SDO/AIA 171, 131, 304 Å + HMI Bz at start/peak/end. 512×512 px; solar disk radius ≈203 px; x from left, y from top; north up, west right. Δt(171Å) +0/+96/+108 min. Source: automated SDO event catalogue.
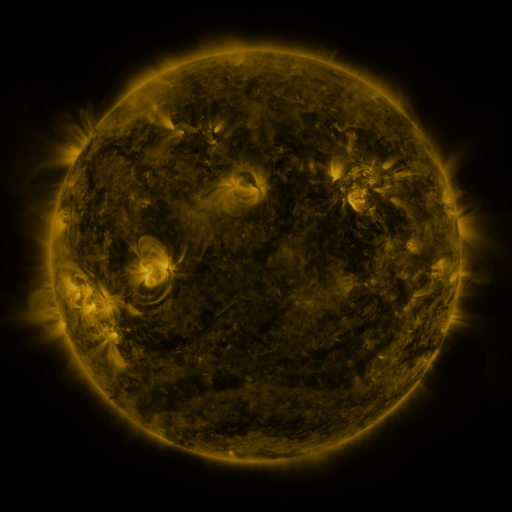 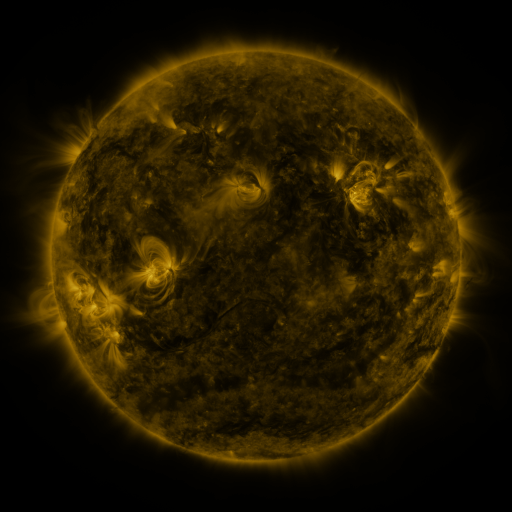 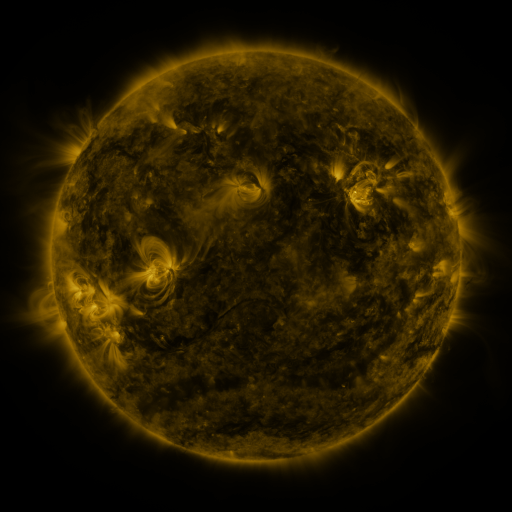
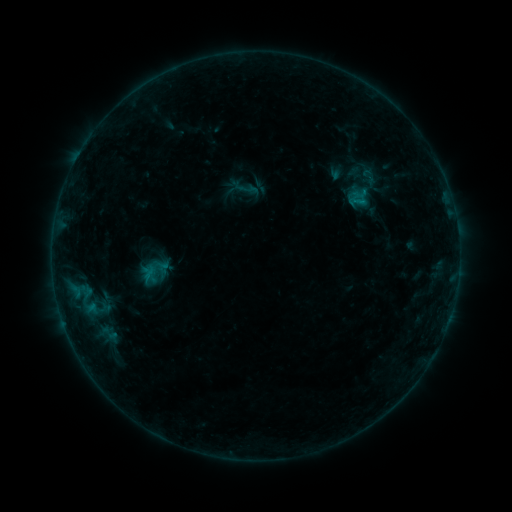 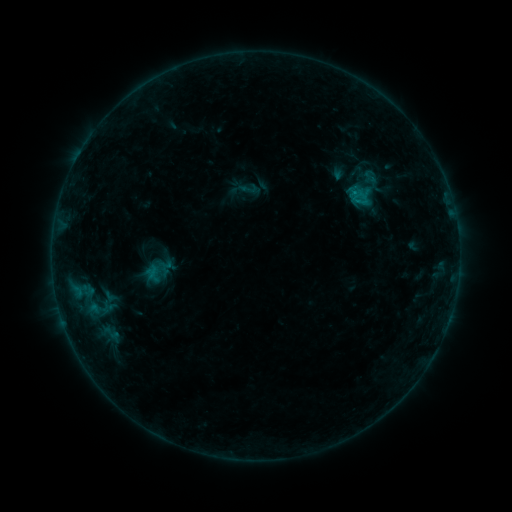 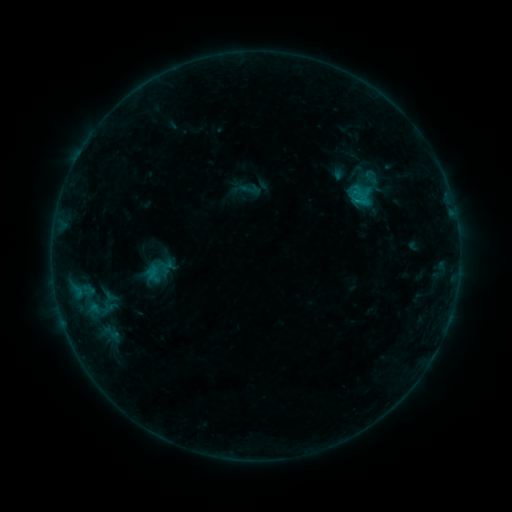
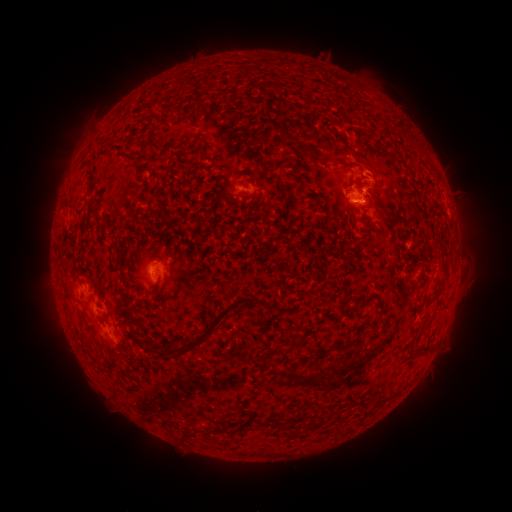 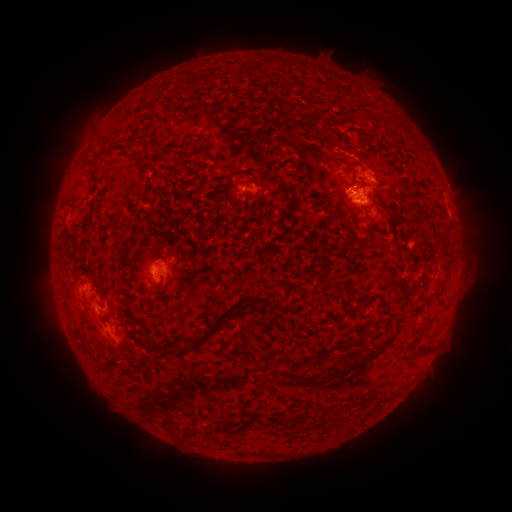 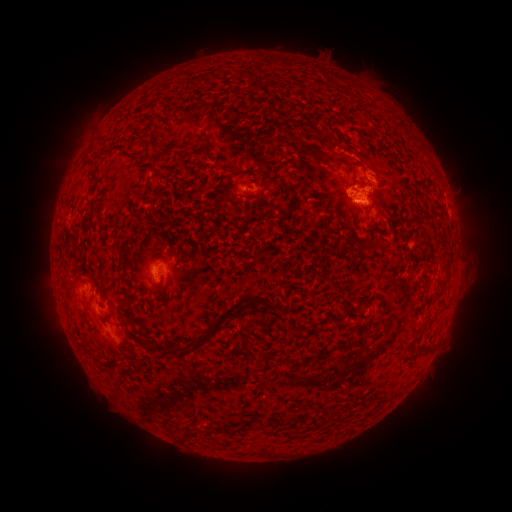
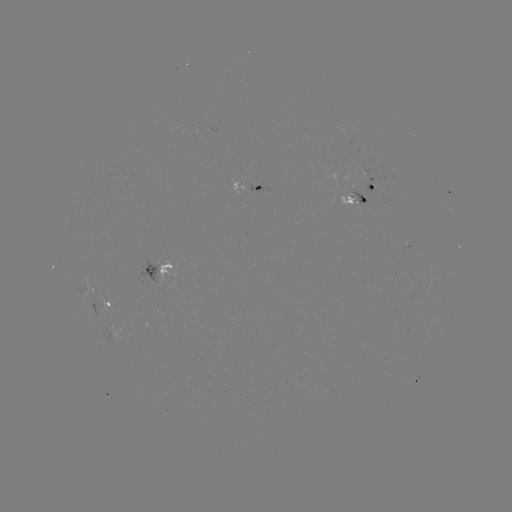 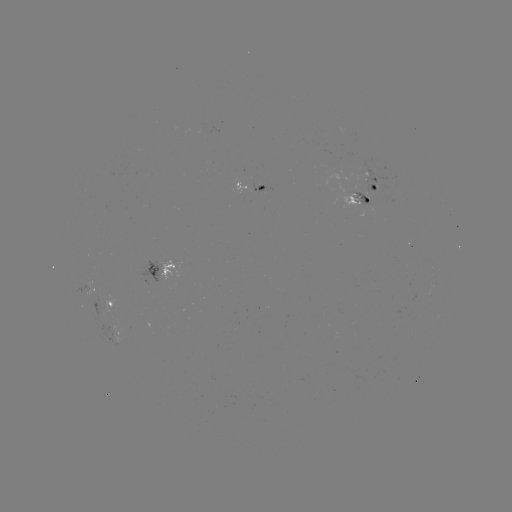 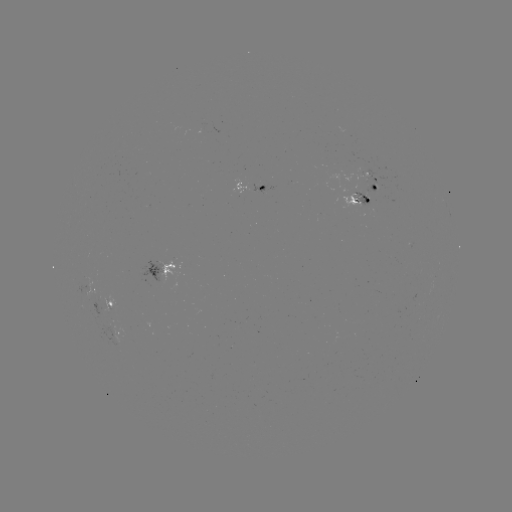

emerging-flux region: (349, 161, 392, 194)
